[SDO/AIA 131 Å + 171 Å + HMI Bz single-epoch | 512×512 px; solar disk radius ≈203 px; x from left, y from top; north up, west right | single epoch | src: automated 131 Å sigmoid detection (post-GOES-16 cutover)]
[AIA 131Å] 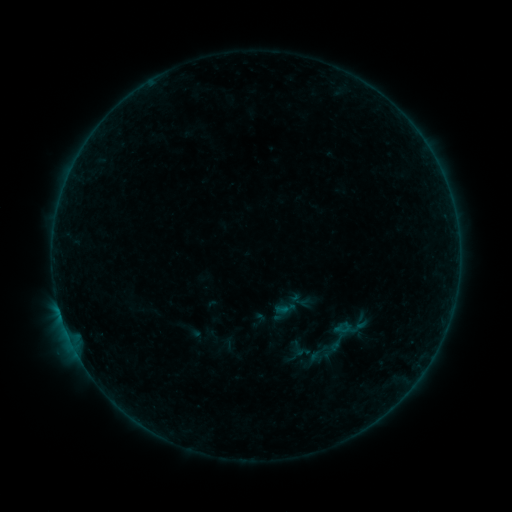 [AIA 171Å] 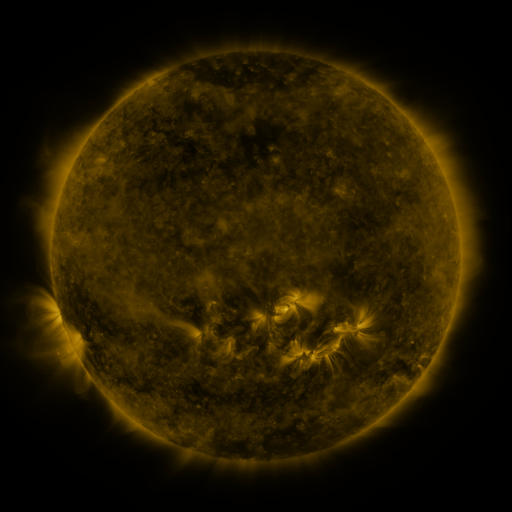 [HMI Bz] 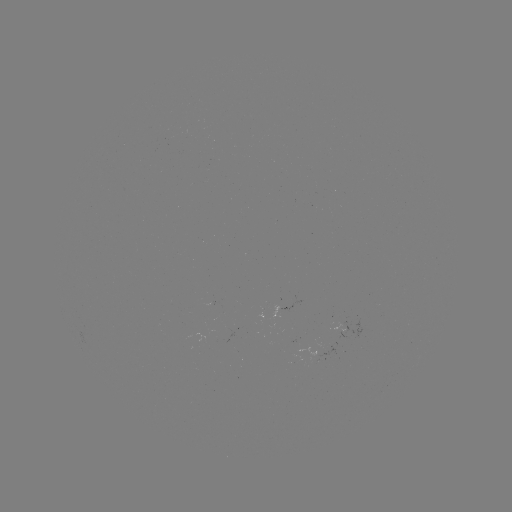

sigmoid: (289, 339, 307, 357)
